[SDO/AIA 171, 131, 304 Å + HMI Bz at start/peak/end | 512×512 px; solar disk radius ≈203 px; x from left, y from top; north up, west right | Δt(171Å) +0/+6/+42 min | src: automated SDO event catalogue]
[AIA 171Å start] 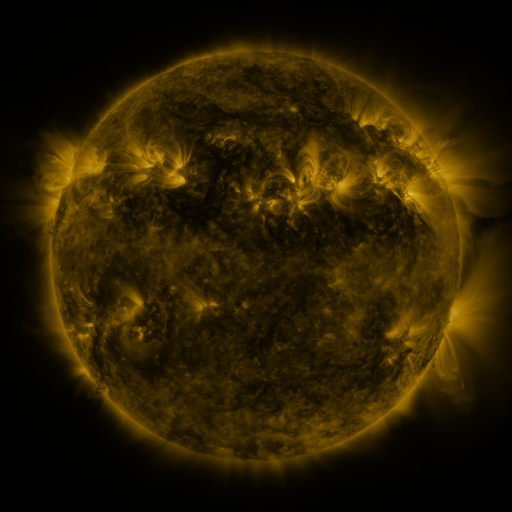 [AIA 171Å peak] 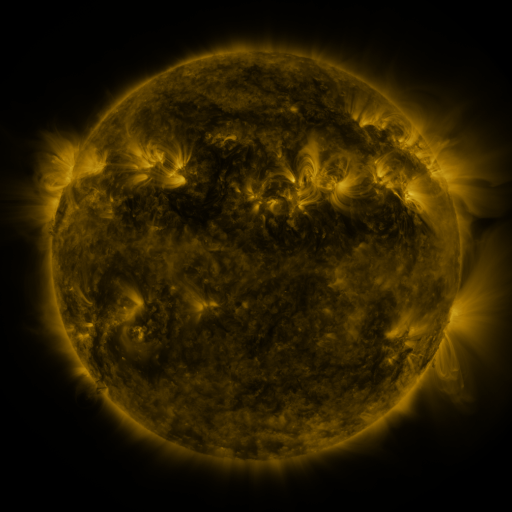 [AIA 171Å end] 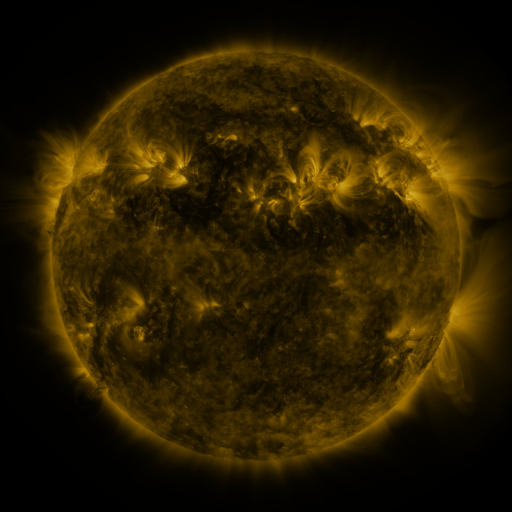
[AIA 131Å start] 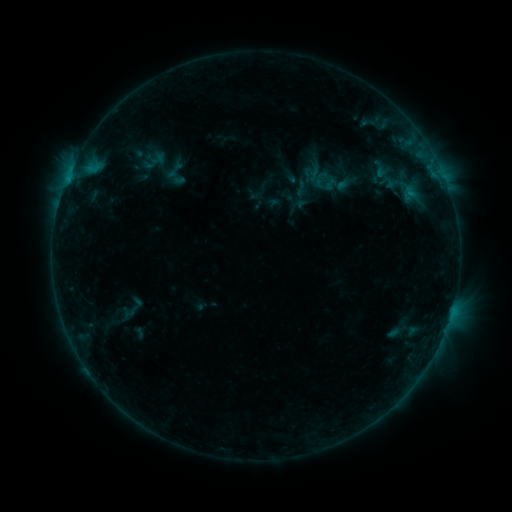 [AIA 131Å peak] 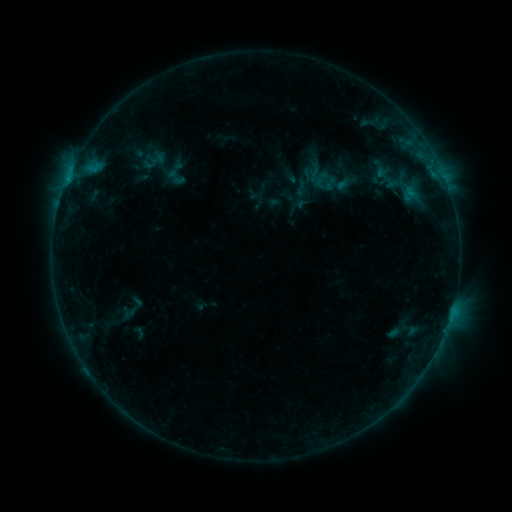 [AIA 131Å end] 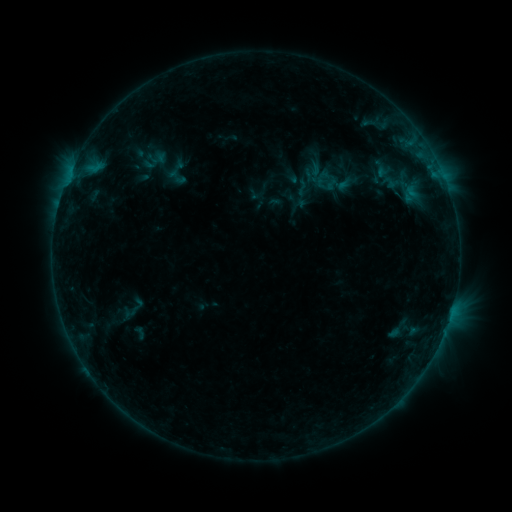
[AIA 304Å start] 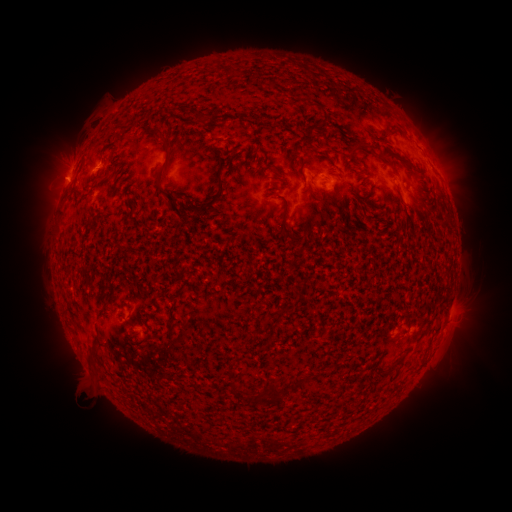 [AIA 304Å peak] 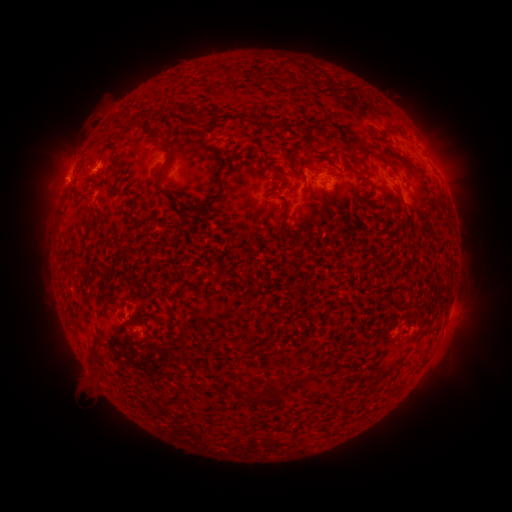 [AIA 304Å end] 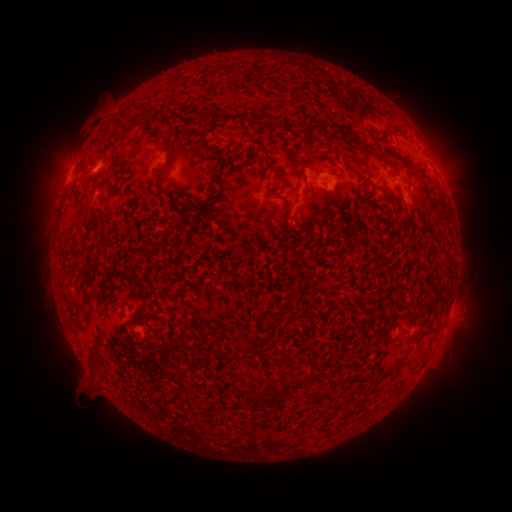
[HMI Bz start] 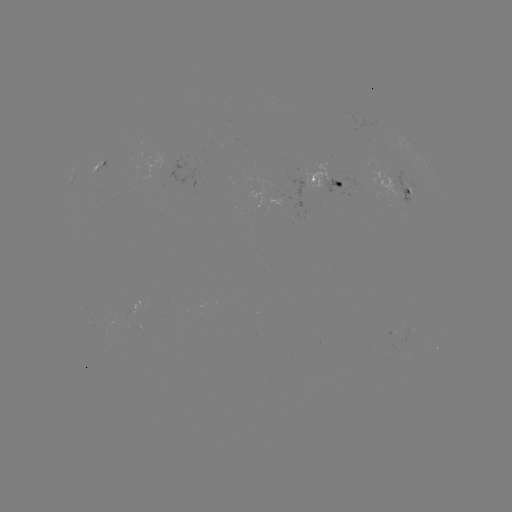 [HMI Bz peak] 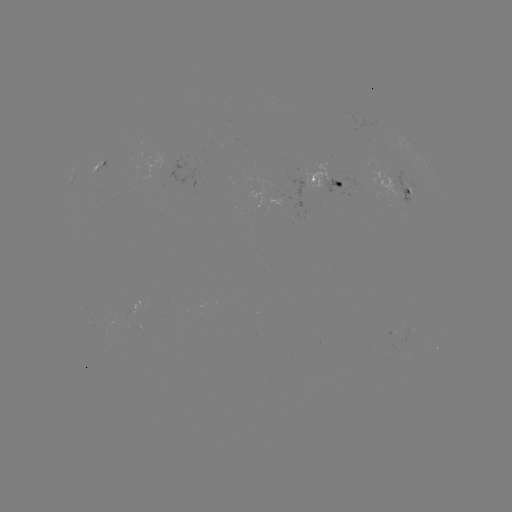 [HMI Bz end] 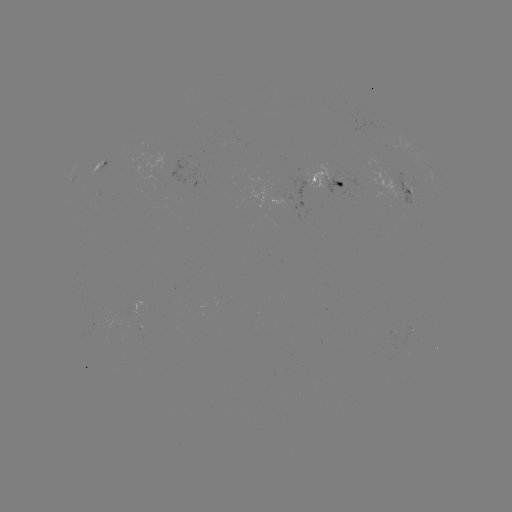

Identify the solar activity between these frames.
emerging-flux region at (390, 182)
